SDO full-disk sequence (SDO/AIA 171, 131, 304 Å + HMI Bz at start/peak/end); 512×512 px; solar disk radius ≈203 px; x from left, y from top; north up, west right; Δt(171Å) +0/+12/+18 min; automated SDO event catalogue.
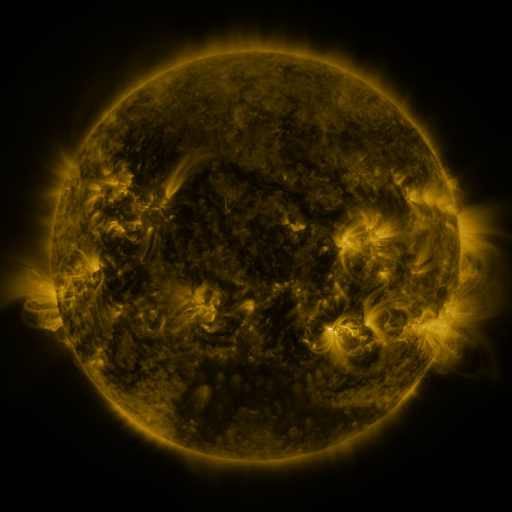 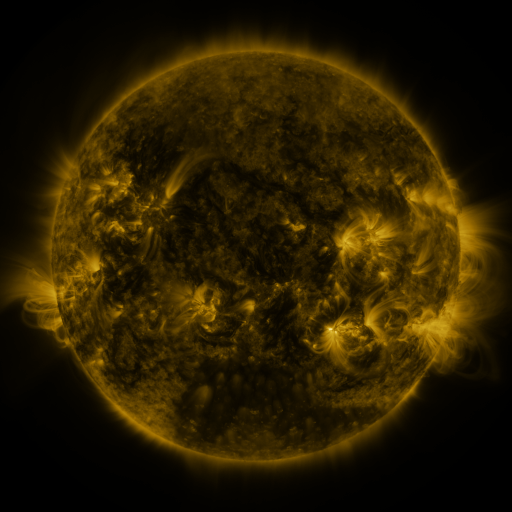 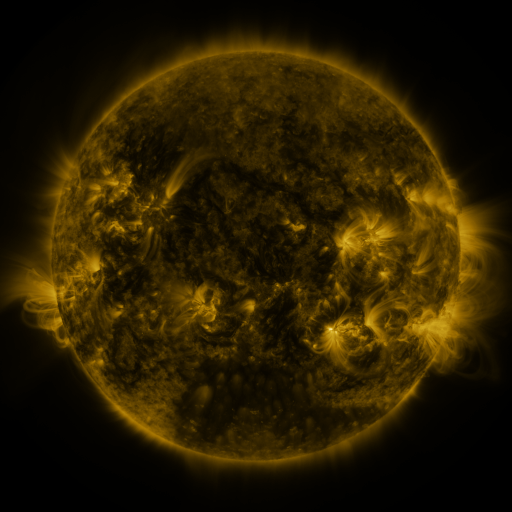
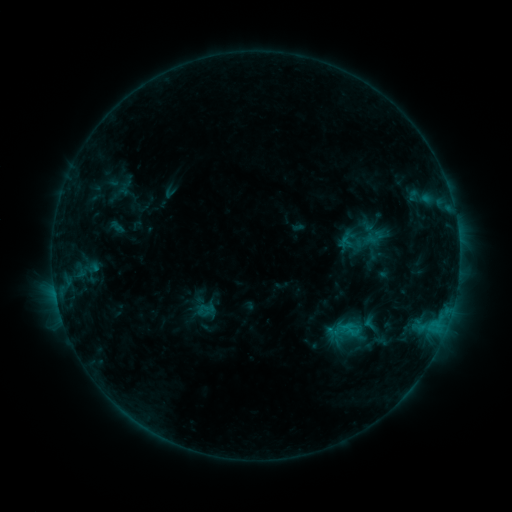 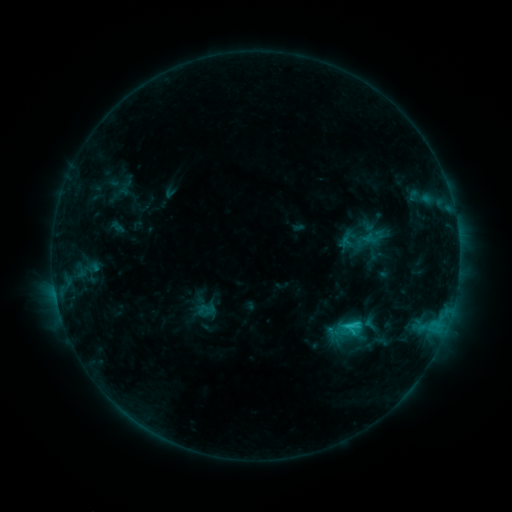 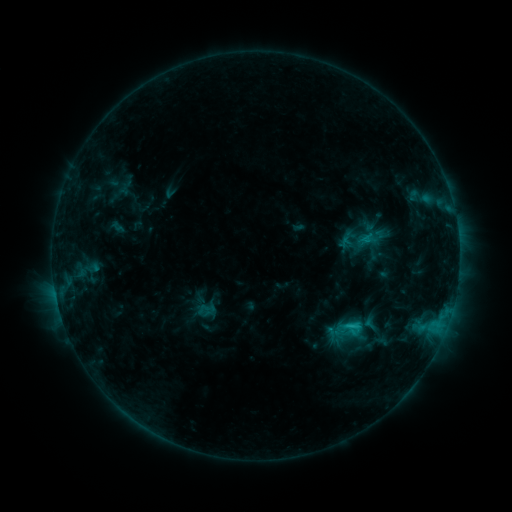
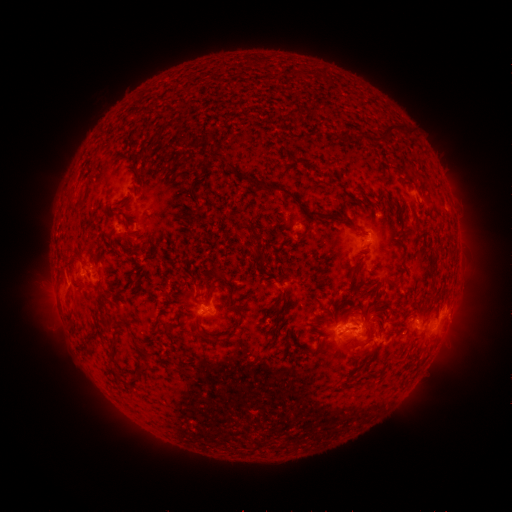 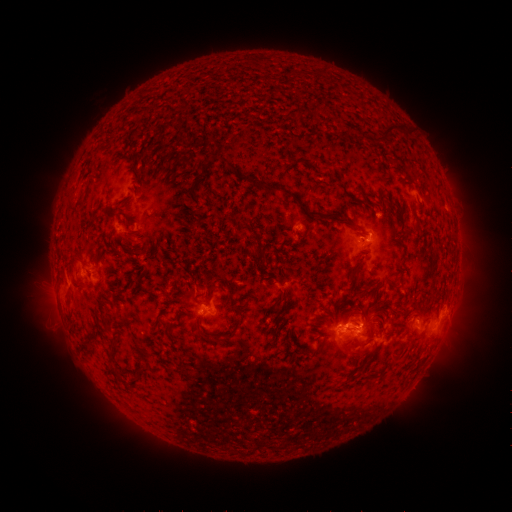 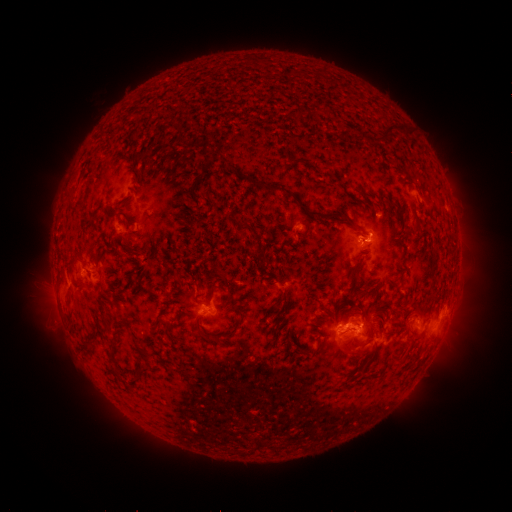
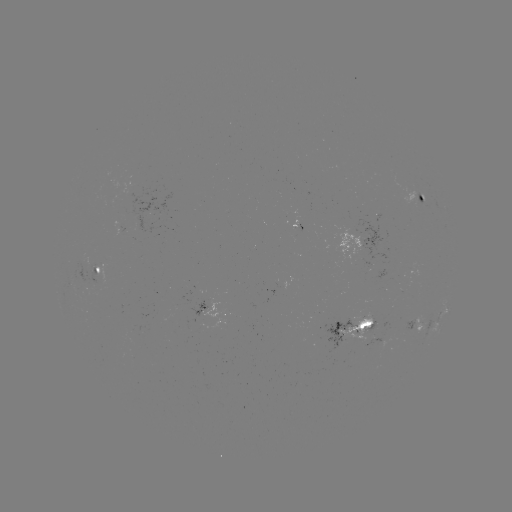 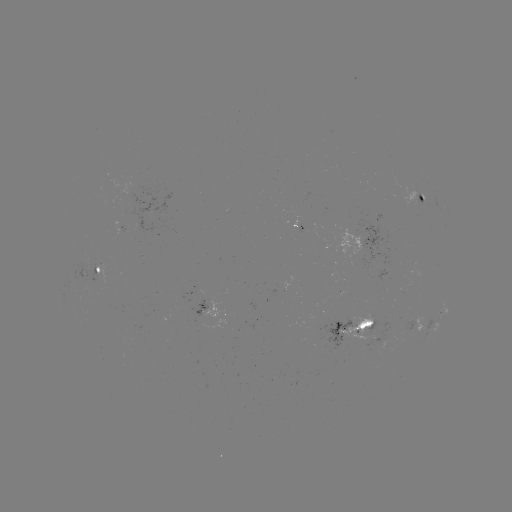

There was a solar flare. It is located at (346, 323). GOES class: C1.6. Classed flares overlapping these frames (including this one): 2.